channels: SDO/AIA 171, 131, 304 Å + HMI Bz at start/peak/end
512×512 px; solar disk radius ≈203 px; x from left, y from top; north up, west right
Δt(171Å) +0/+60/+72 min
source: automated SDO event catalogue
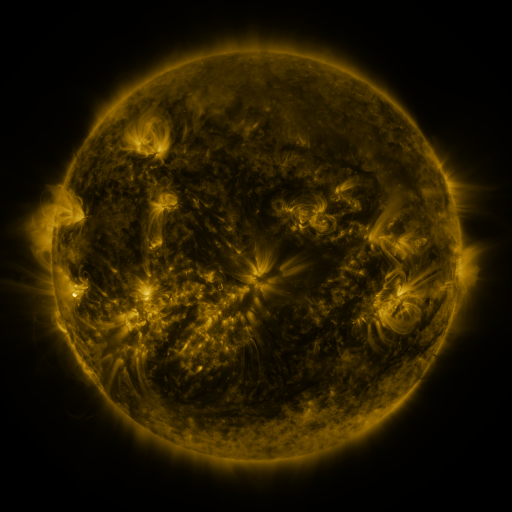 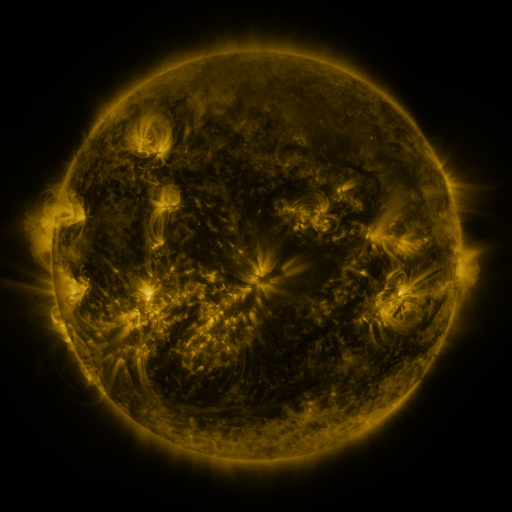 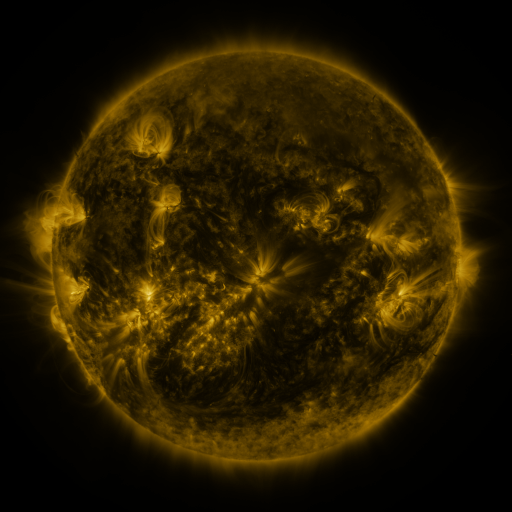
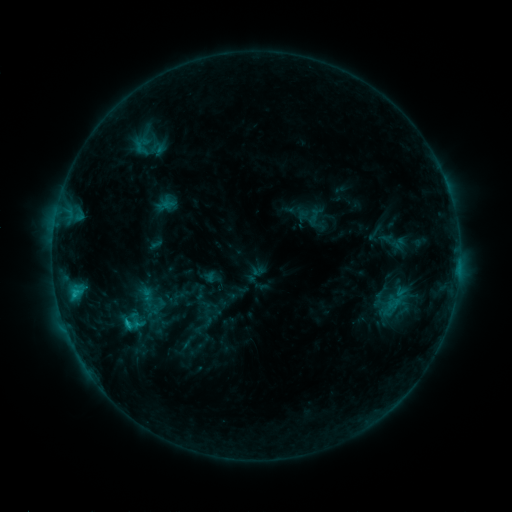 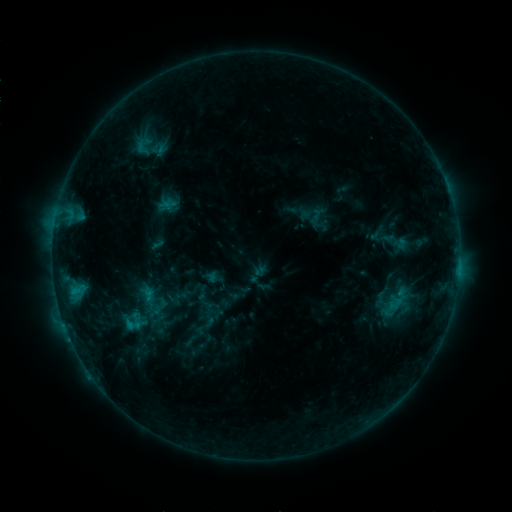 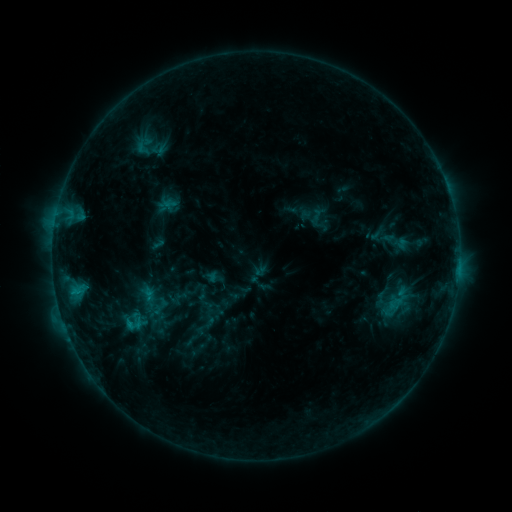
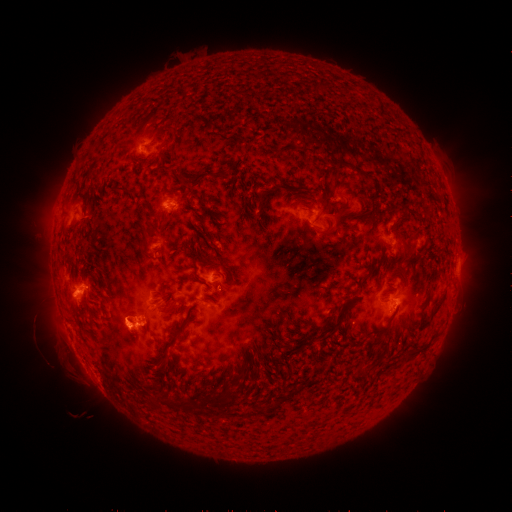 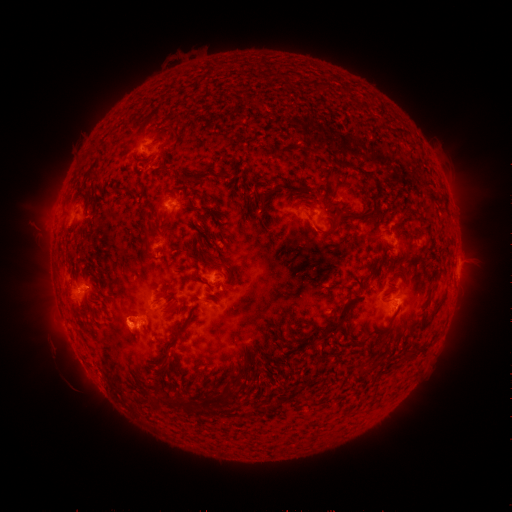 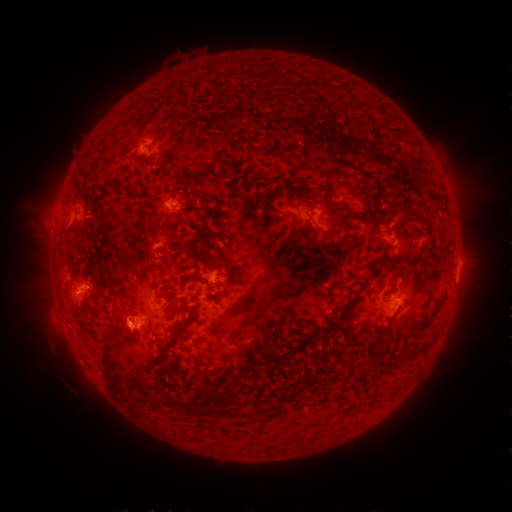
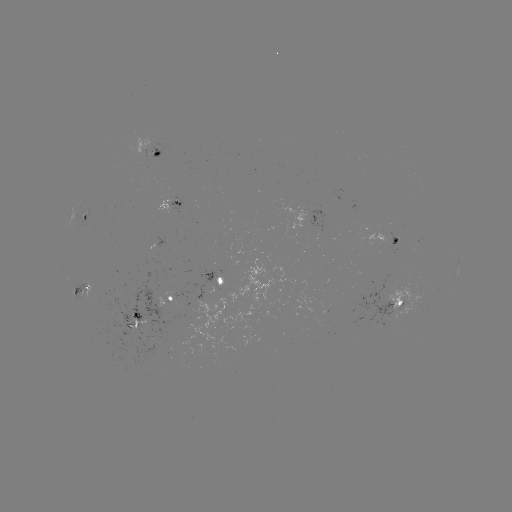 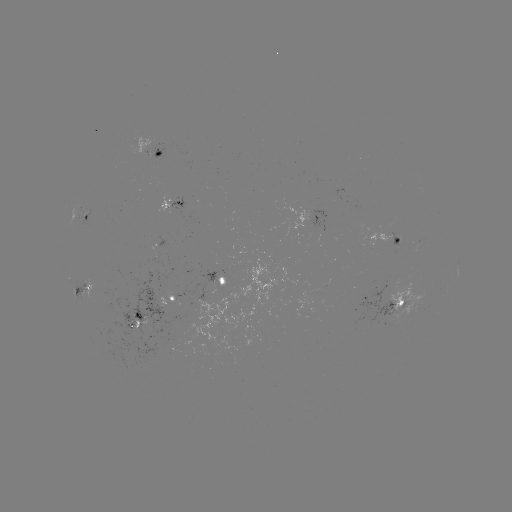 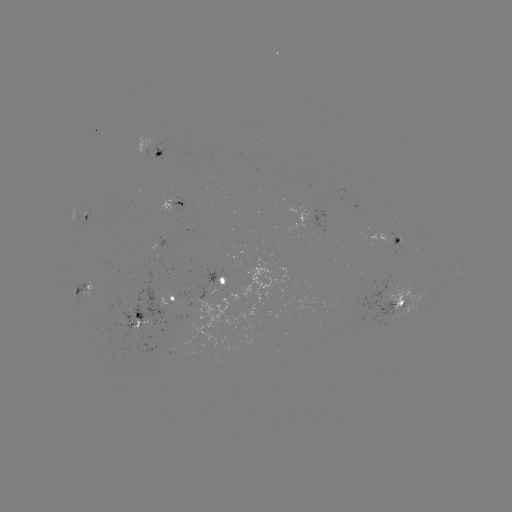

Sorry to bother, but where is emerging-flux region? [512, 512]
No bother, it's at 178,203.